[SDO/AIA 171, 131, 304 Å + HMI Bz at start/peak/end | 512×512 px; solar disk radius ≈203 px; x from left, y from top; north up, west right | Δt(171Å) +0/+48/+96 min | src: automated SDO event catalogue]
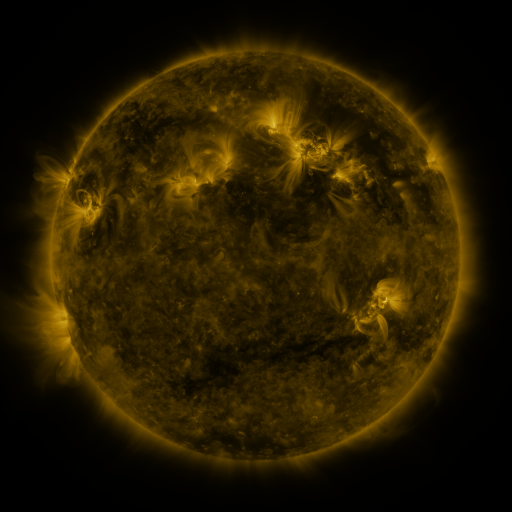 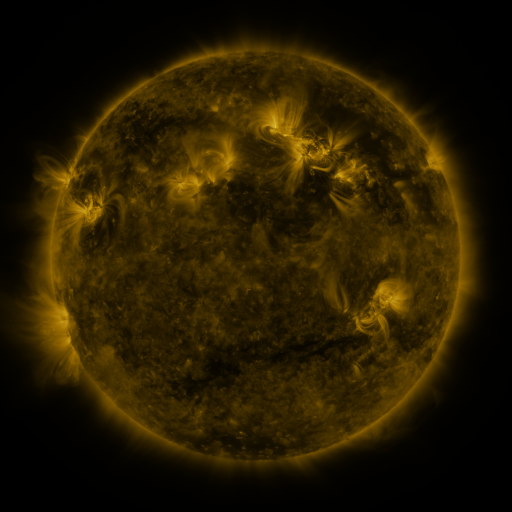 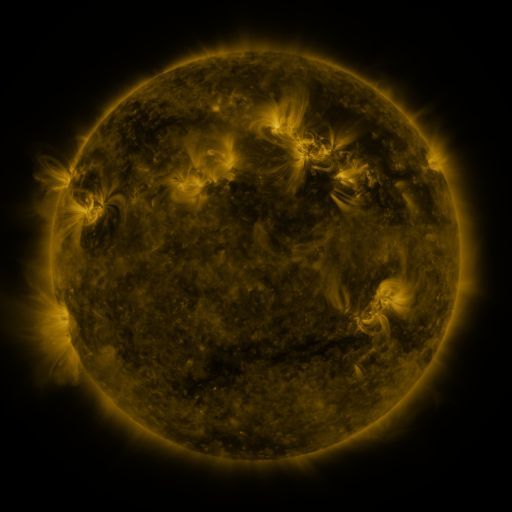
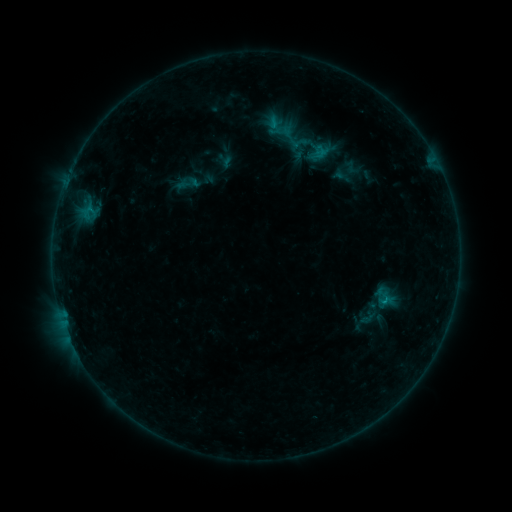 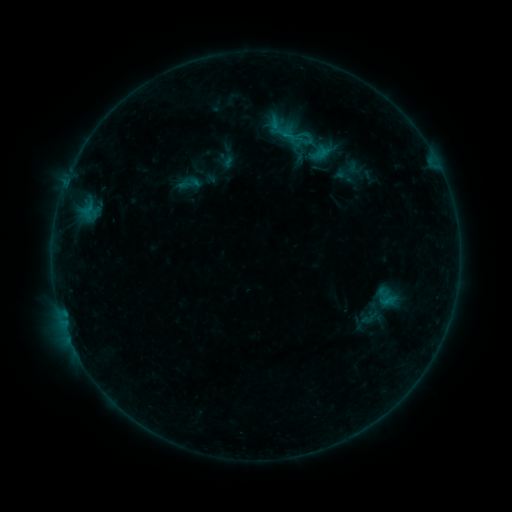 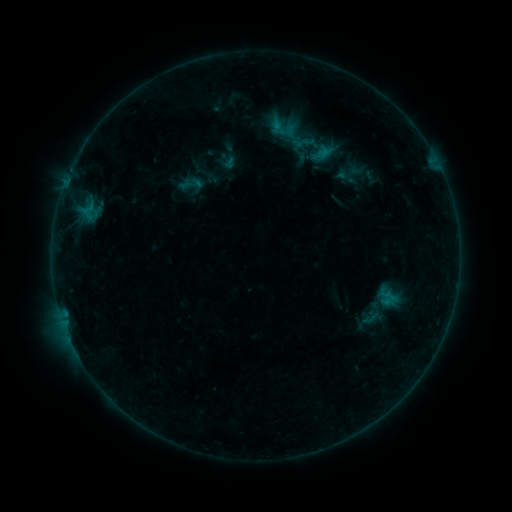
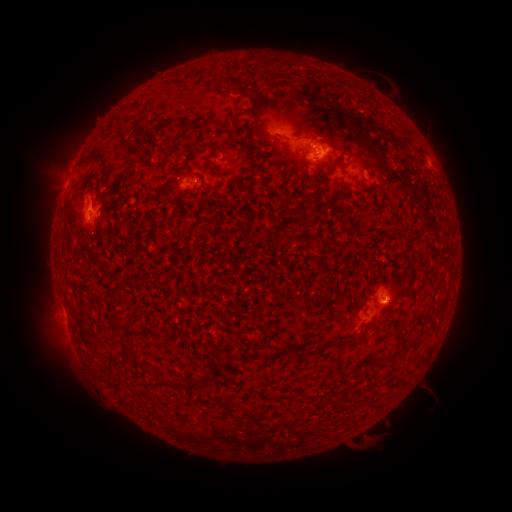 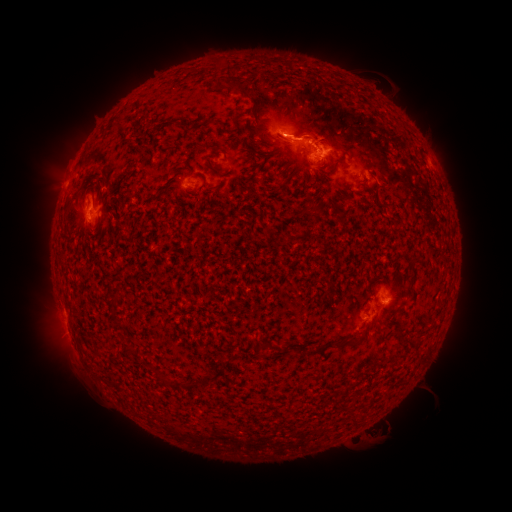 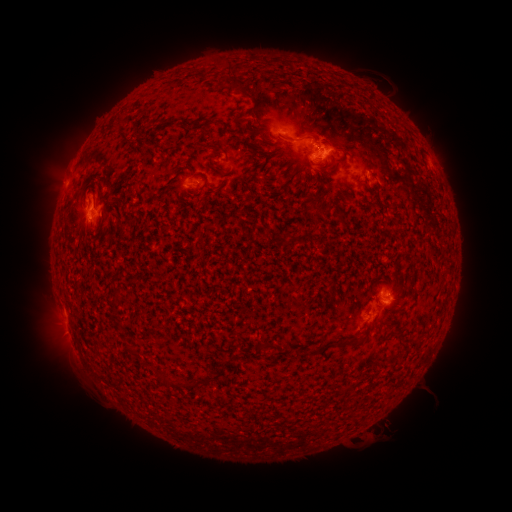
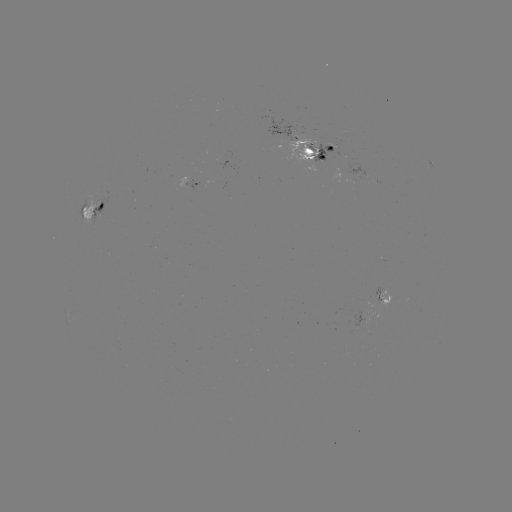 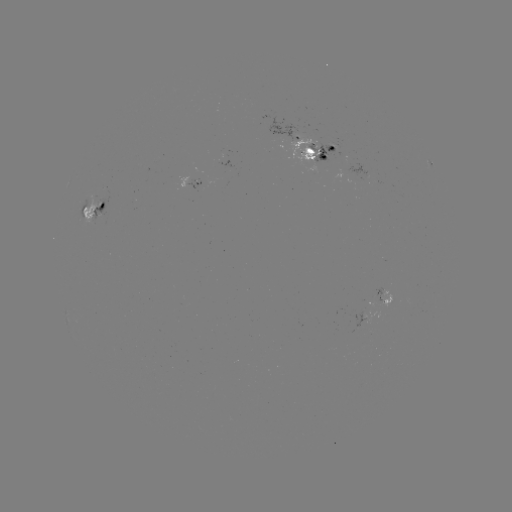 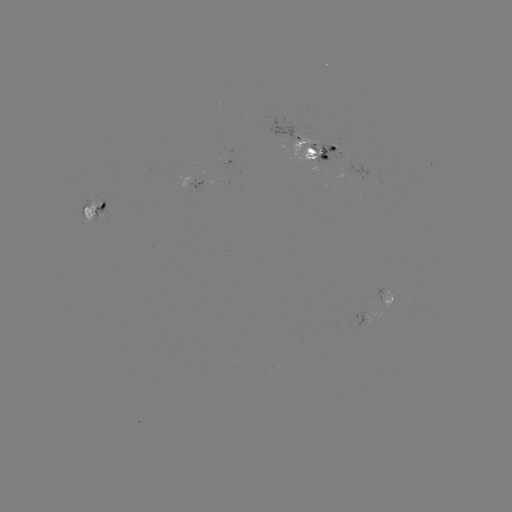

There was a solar emerging-flux region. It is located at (388, 300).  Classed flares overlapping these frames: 2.